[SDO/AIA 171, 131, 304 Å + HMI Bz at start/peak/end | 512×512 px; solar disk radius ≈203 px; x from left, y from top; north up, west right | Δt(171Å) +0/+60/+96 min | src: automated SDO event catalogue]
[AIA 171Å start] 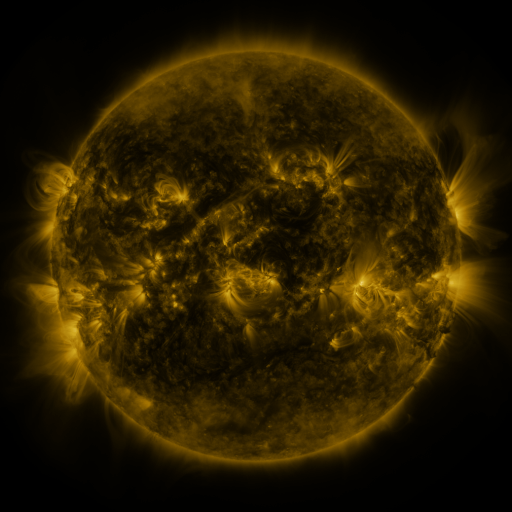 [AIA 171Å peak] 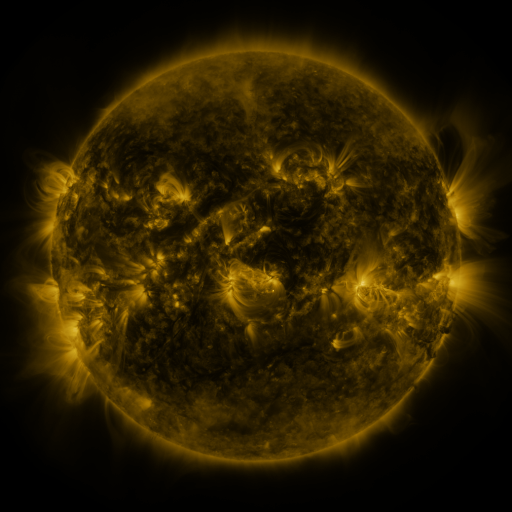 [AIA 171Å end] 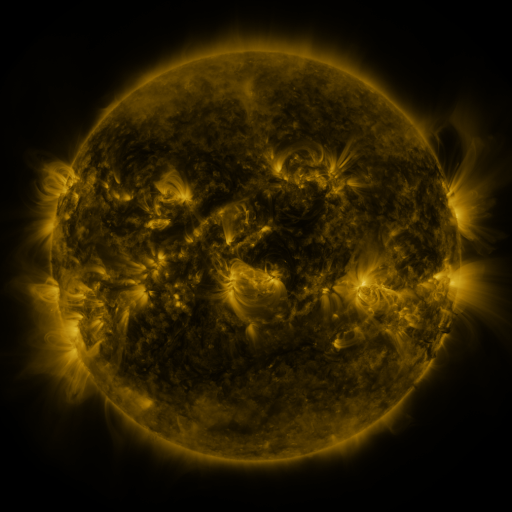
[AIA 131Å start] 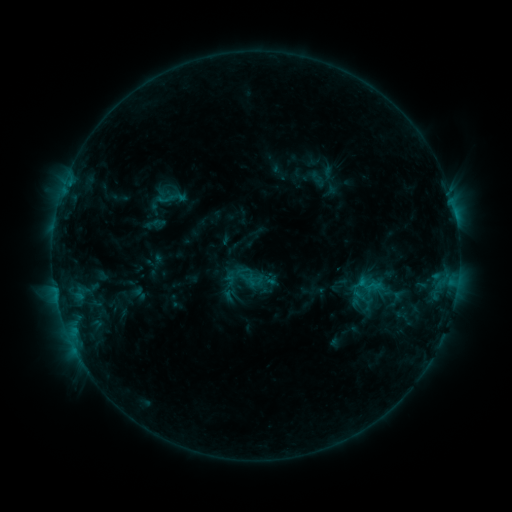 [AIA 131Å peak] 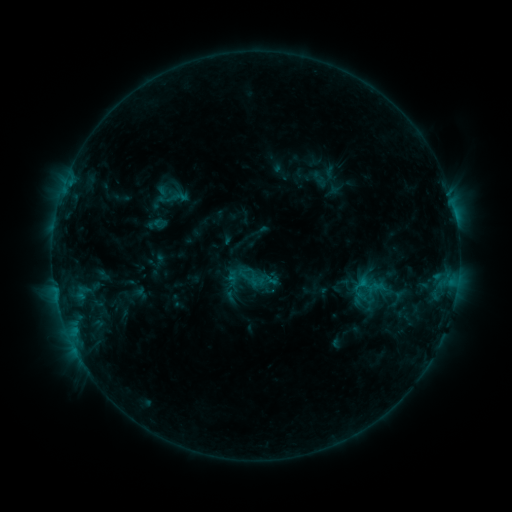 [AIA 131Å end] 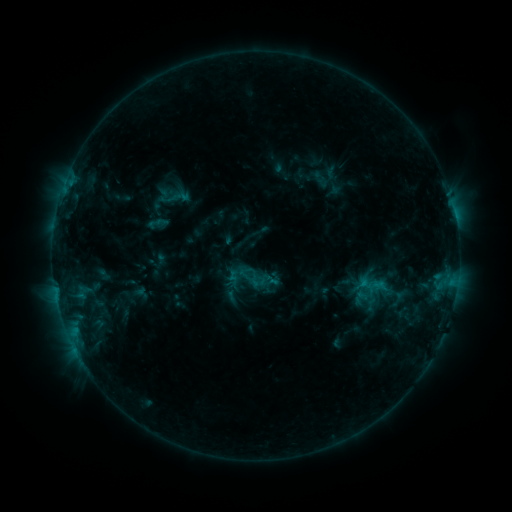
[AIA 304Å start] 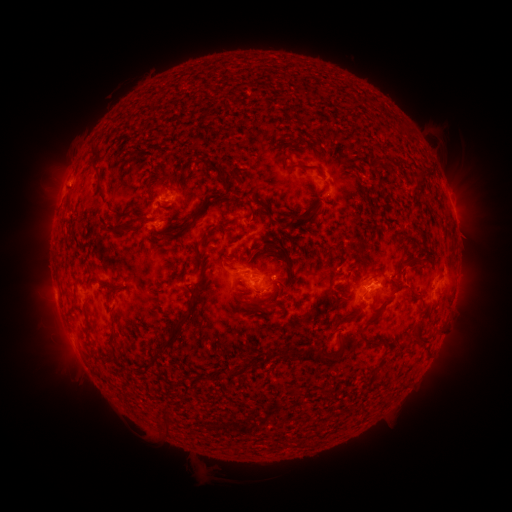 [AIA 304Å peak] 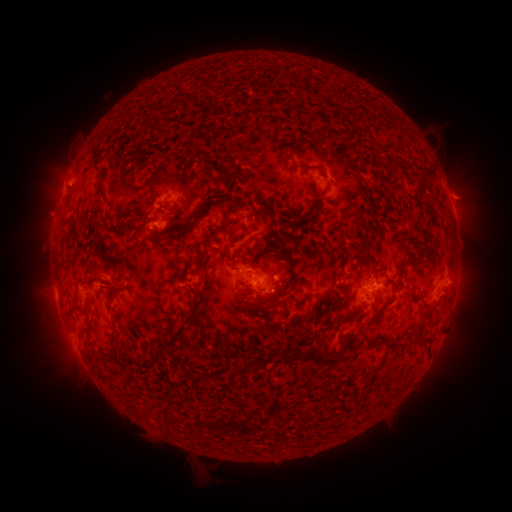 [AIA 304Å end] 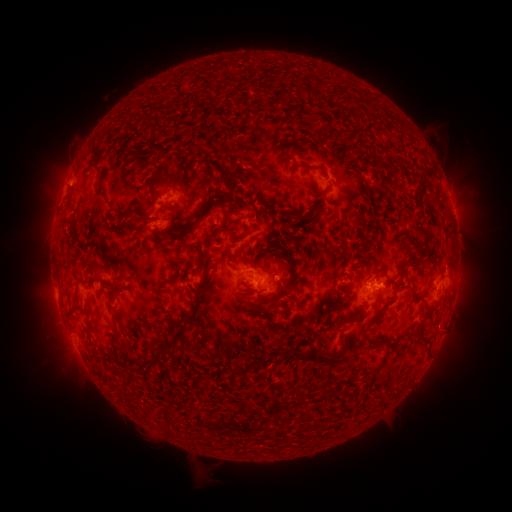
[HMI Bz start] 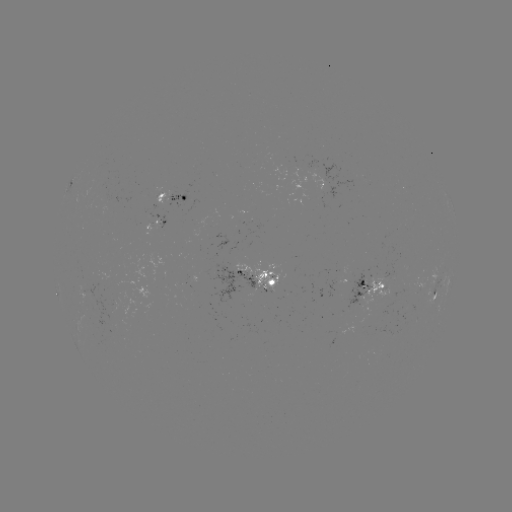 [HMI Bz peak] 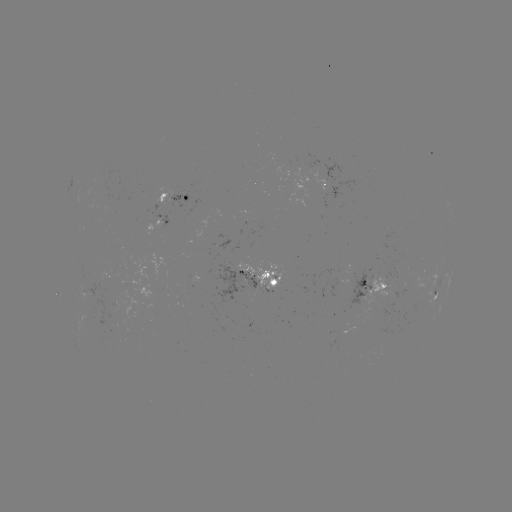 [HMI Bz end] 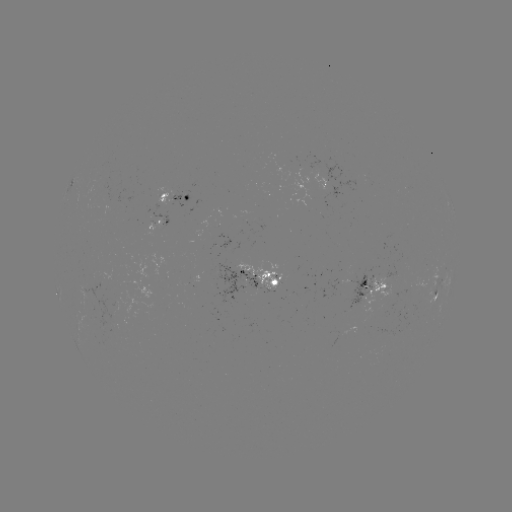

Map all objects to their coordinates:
emerging-flux region: (101, 199)
